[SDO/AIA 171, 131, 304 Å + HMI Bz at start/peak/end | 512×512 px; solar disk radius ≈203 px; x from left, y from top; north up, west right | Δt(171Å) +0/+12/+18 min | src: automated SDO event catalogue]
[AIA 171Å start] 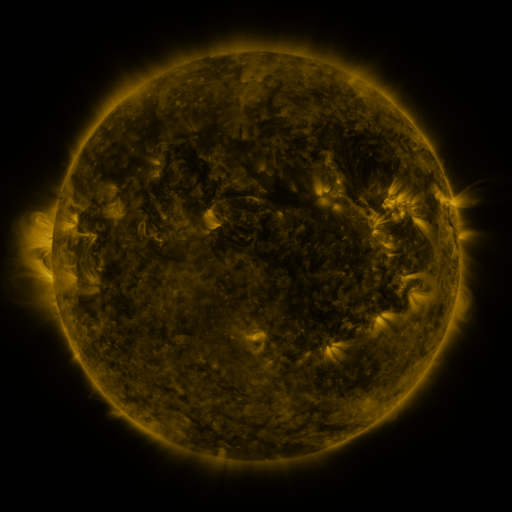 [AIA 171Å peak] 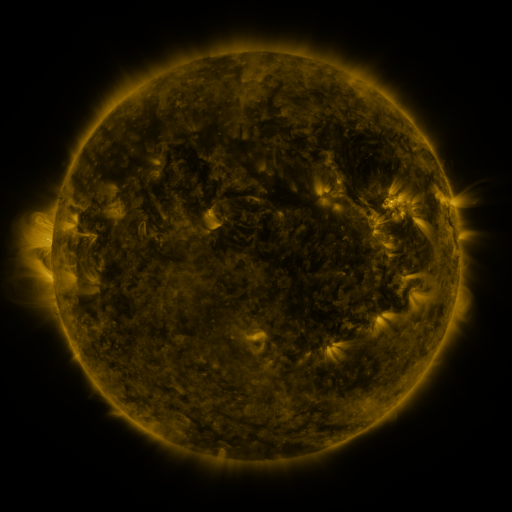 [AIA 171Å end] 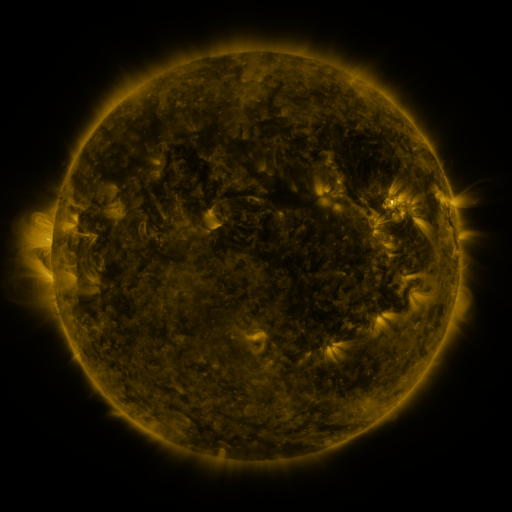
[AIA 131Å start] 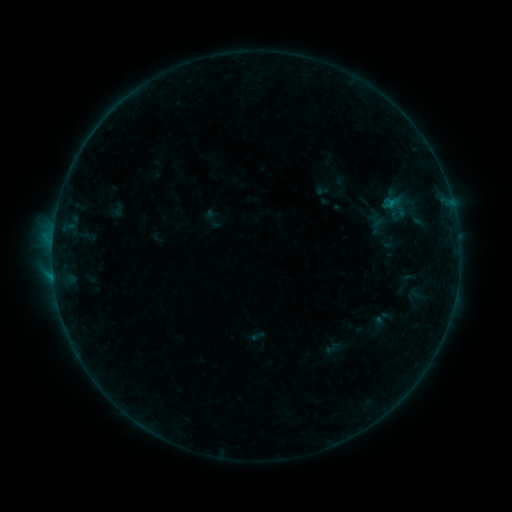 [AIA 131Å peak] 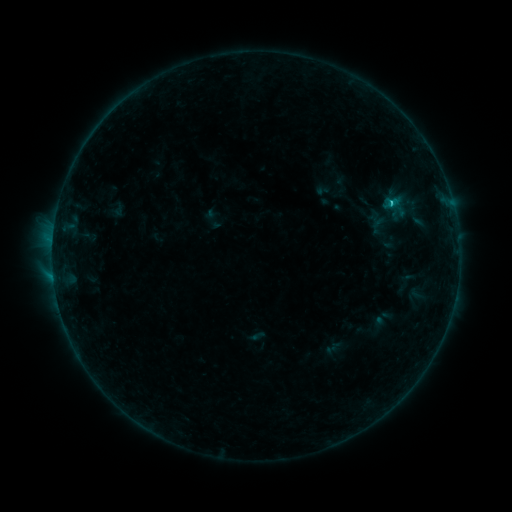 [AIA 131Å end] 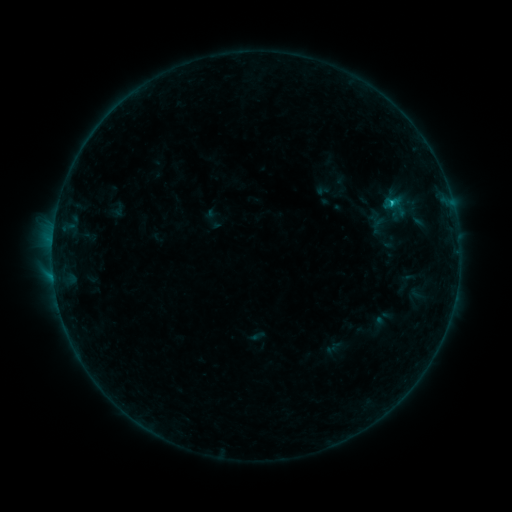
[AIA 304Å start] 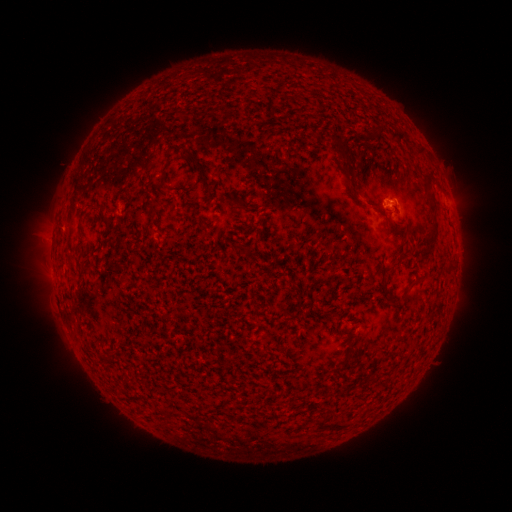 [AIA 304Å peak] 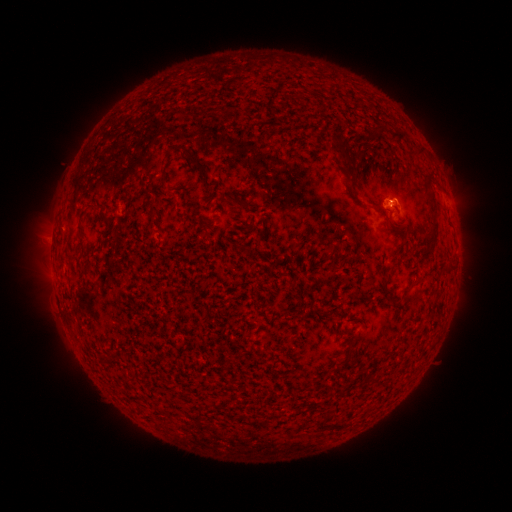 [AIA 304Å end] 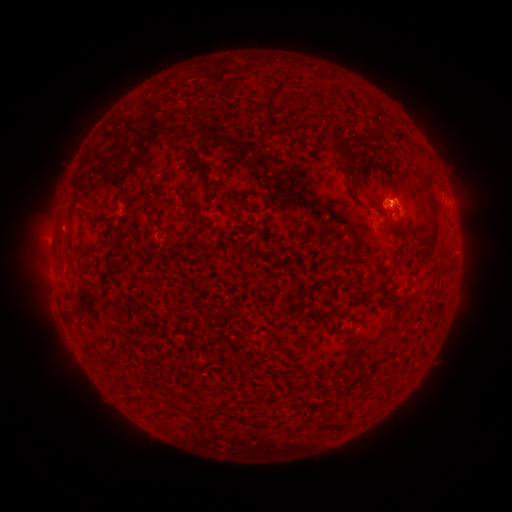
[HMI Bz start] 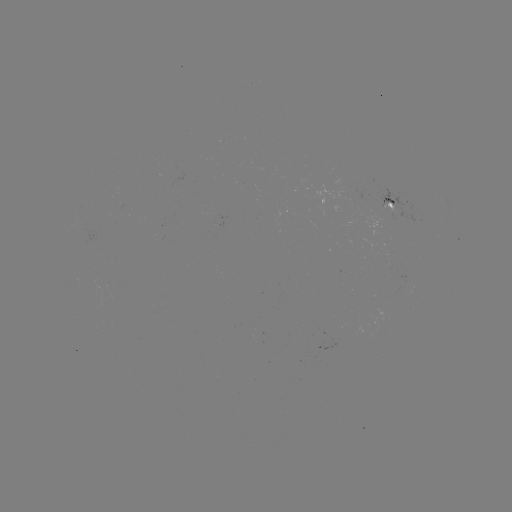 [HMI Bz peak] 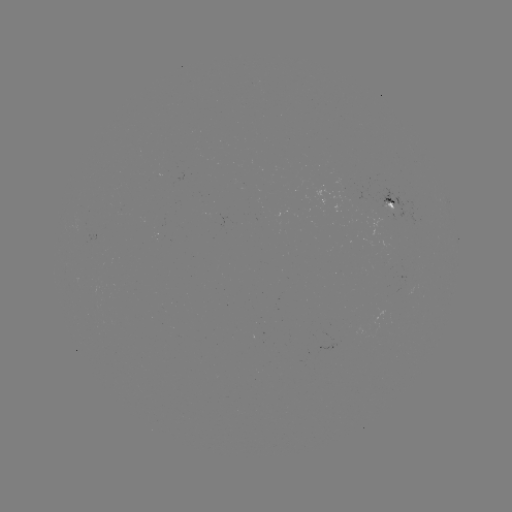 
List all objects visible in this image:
C1.1 flare: (390, 204)
